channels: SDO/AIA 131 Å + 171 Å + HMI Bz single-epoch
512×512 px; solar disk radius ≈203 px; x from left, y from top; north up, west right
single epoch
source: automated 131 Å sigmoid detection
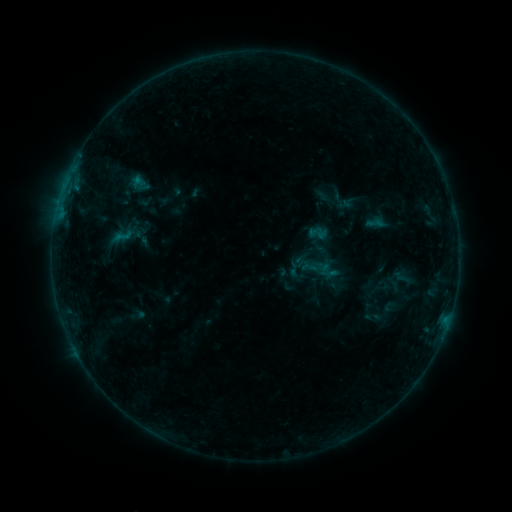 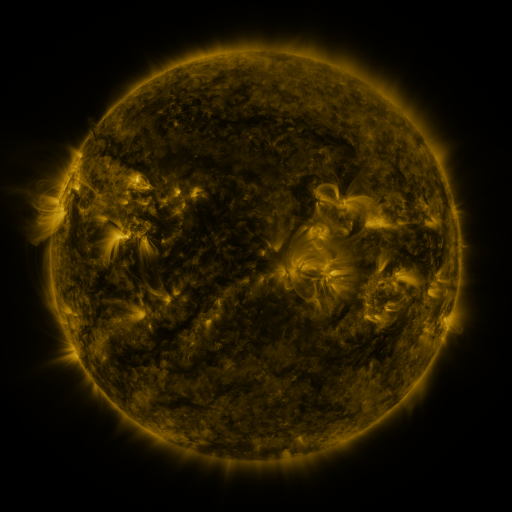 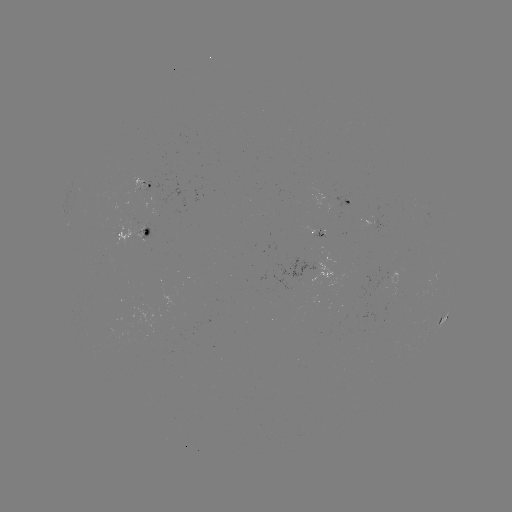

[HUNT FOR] sigmoid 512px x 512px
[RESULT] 122,236